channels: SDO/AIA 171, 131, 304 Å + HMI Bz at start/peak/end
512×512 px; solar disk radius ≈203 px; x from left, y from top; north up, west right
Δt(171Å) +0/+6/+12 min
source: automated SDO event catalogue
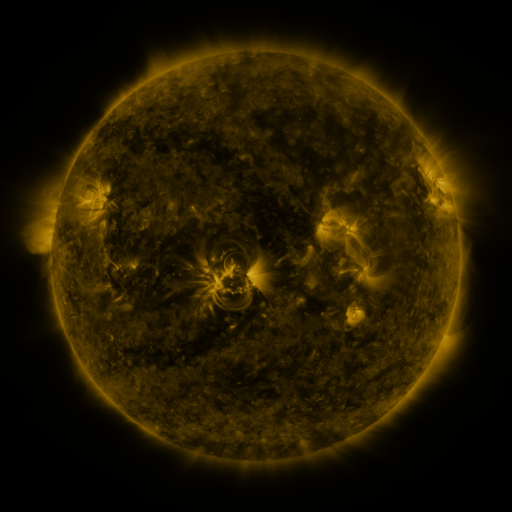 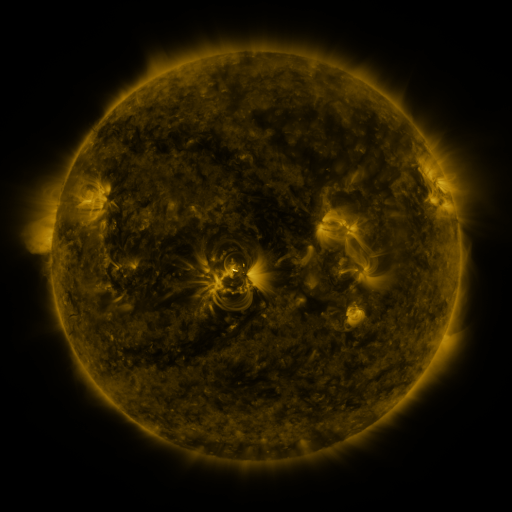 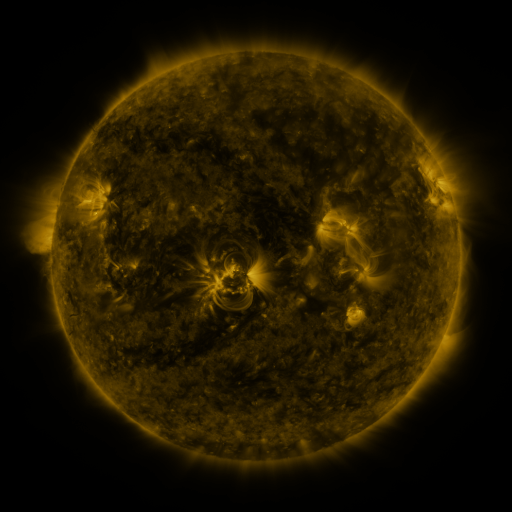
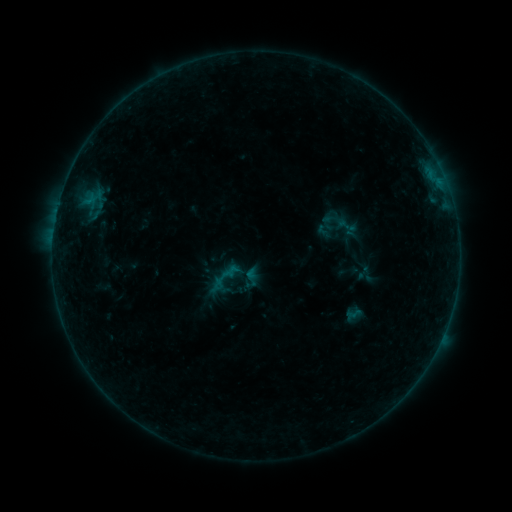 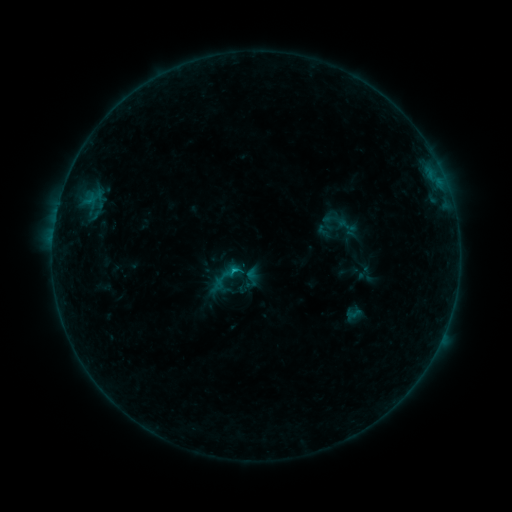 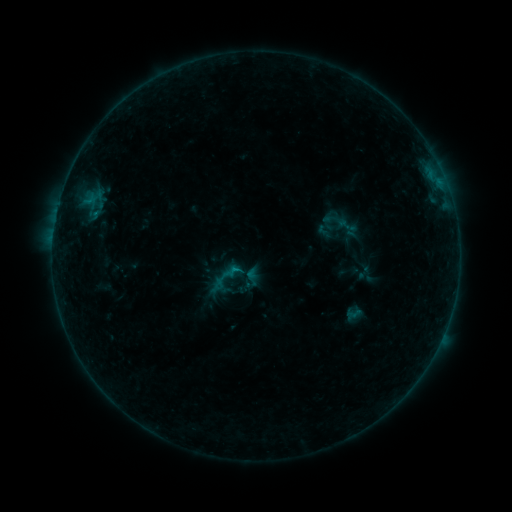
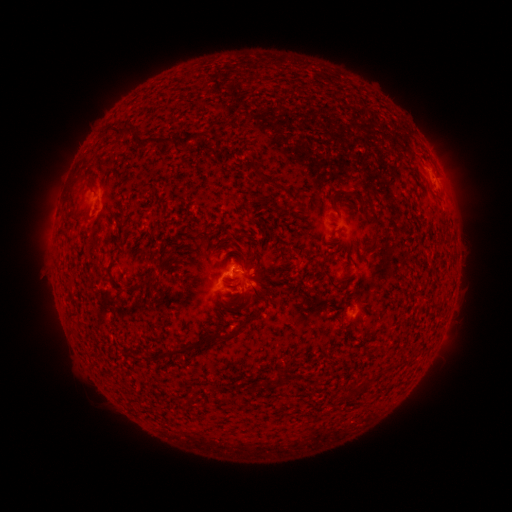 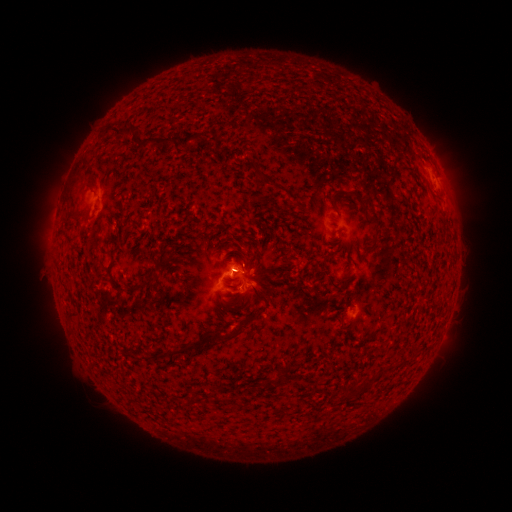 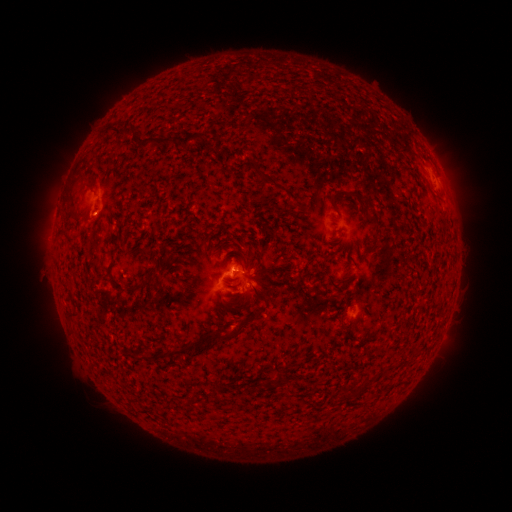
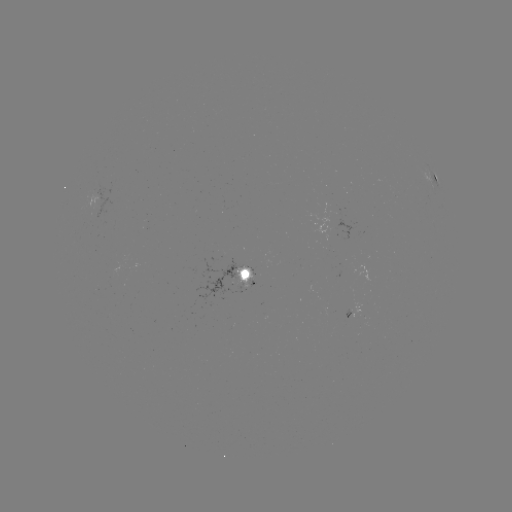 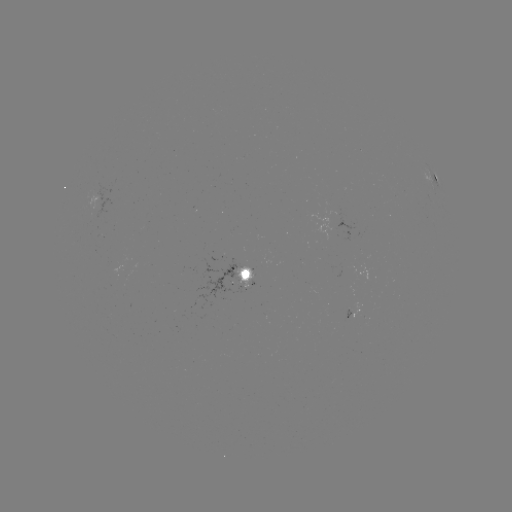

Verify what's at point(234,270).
B3.9 flare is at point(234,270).